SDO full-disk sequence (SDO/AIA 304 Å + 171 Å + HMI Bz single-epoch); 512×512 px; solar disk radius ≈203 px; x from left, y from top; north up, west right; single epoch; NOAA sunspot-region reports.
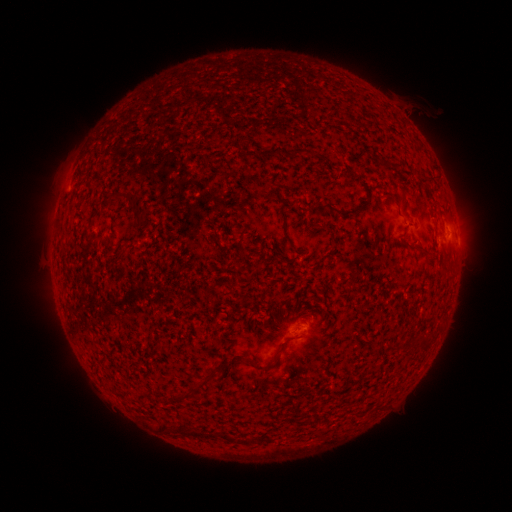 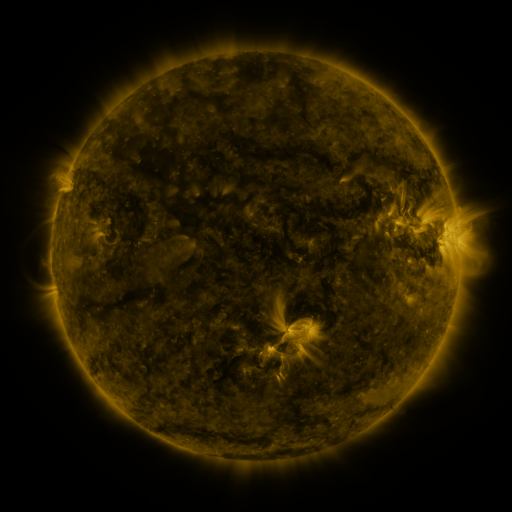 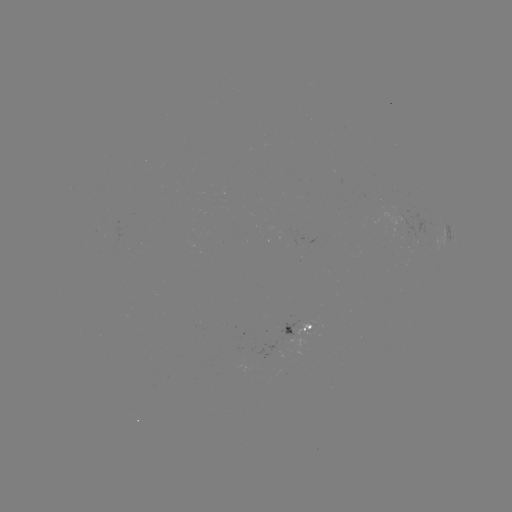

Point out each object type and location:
spotted active region: (448, 238)
spotted active region: (458, 239)
spotted active region: (300, 325)
